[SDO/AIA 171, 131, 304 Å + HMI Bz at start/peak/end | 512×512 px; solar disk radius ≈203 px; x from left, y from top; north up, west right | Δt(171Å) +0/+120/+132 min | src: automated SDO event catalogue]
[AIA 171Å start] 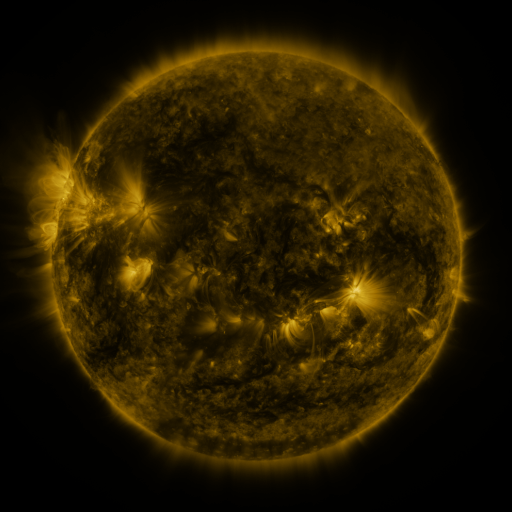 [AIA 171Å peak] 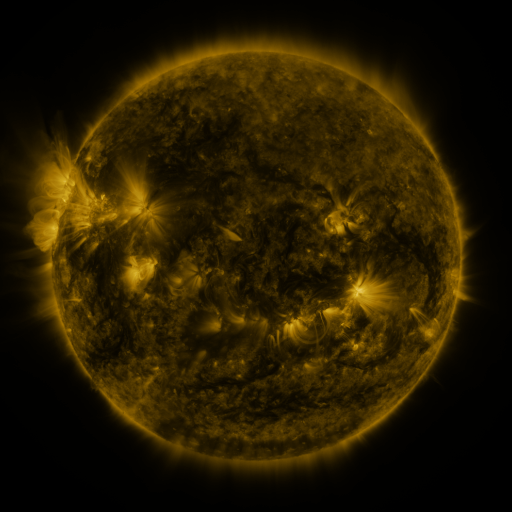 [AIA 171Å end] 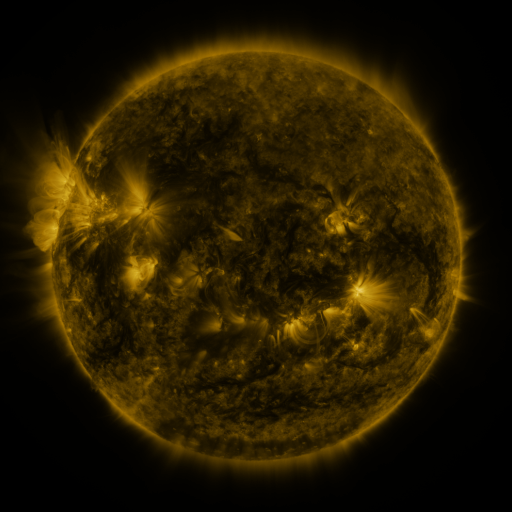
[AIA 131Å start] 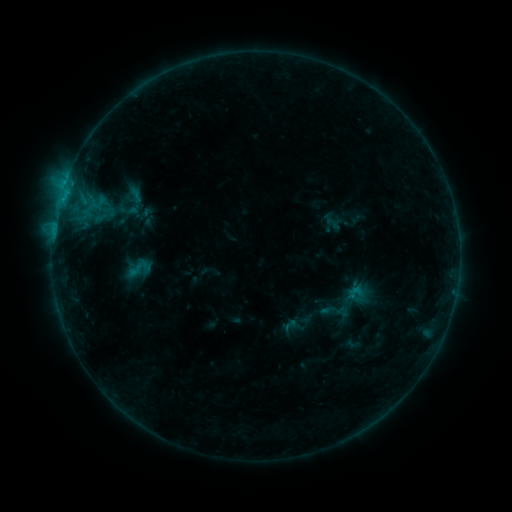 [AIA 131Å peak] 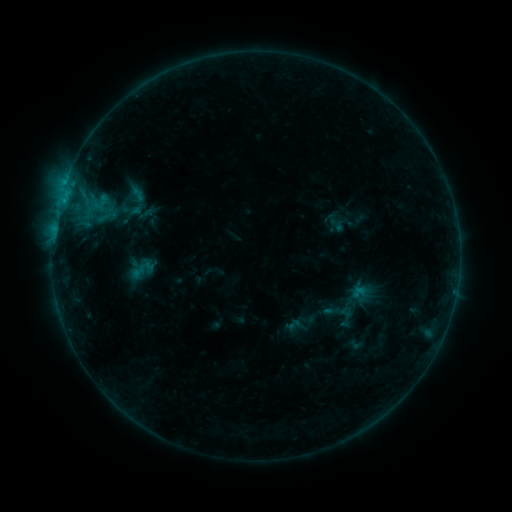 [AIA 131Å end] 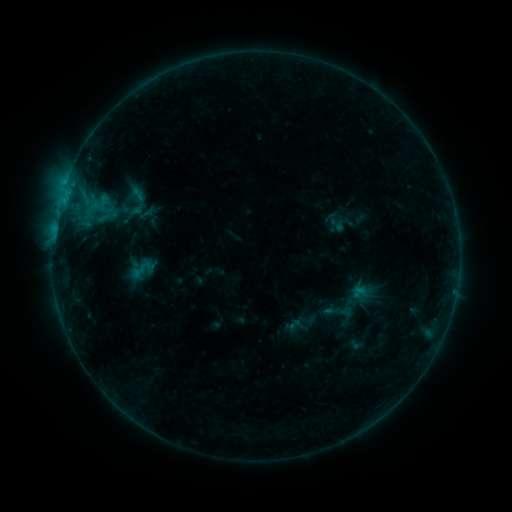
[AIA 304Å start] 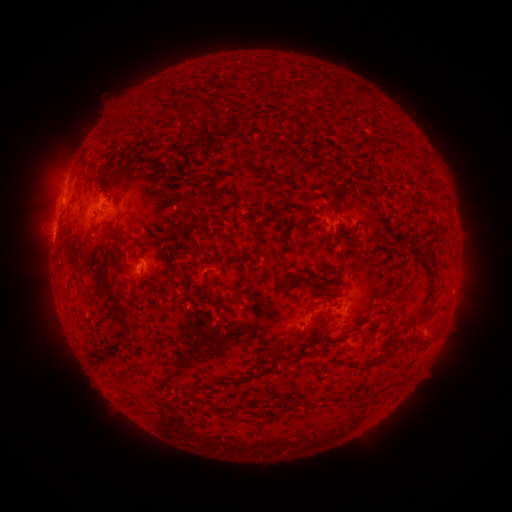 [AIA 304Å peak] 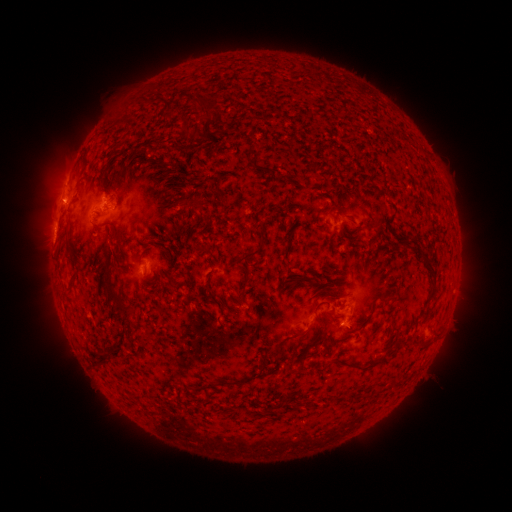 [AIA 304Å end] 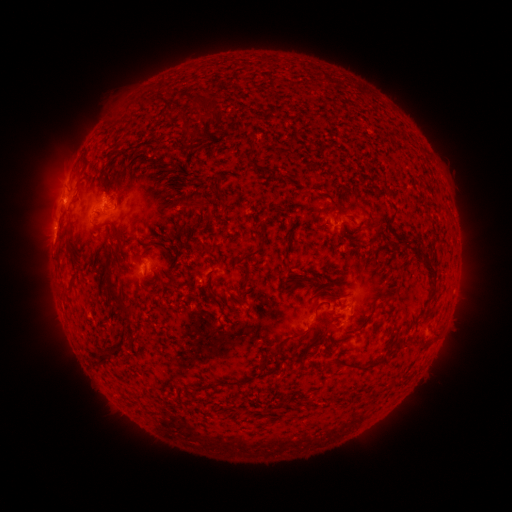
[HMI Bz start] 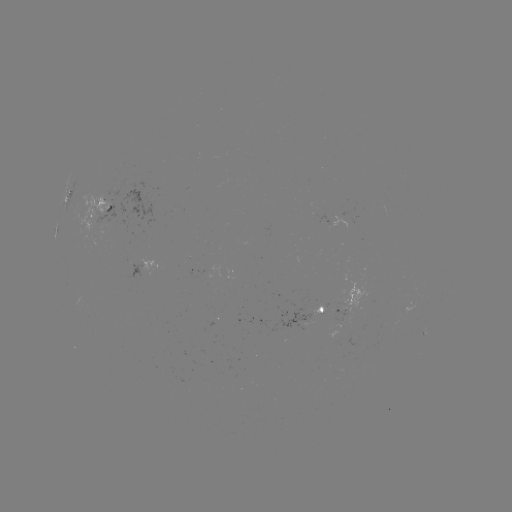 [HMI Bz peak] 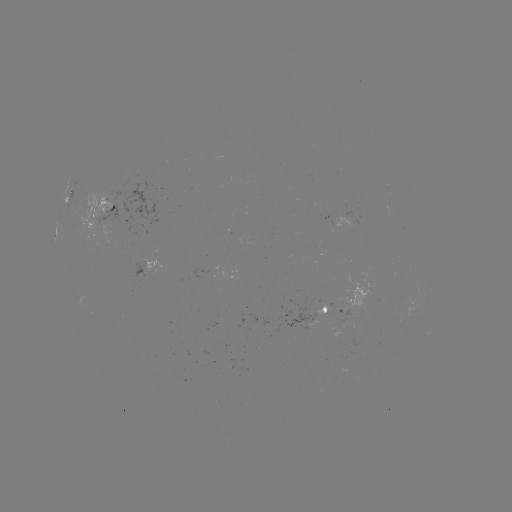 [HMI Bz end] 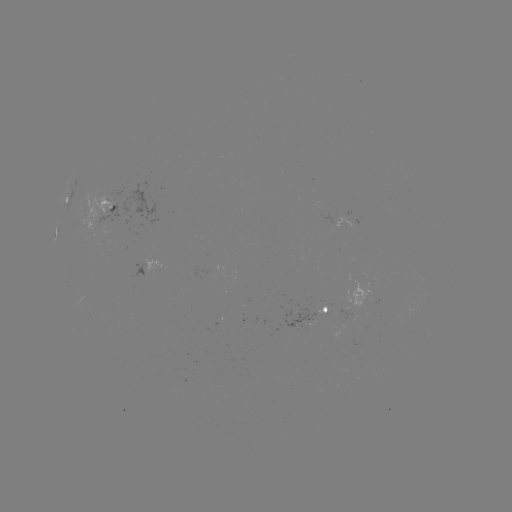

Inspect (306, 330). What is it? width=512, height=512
emerging-flux region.